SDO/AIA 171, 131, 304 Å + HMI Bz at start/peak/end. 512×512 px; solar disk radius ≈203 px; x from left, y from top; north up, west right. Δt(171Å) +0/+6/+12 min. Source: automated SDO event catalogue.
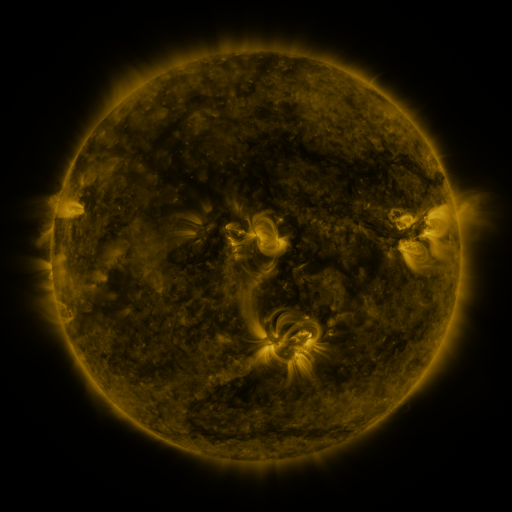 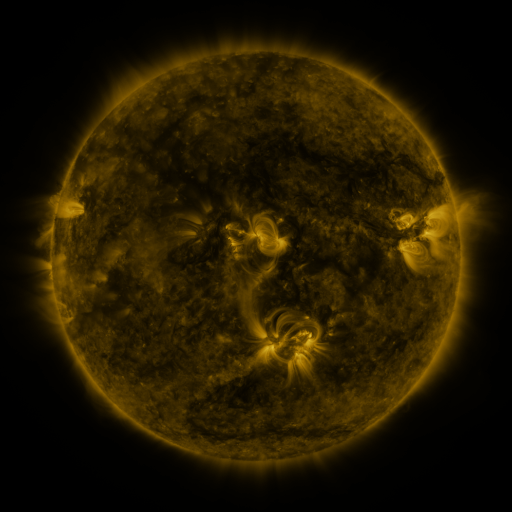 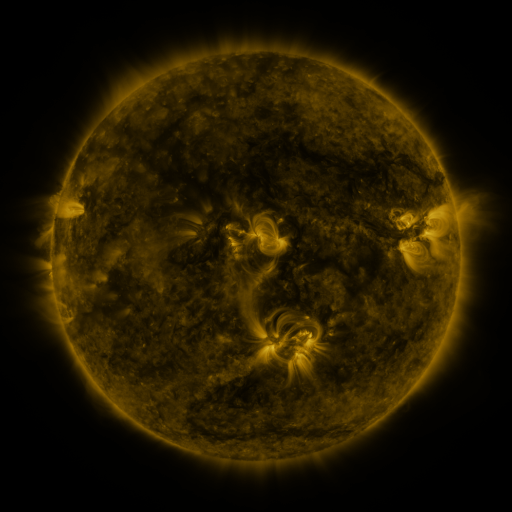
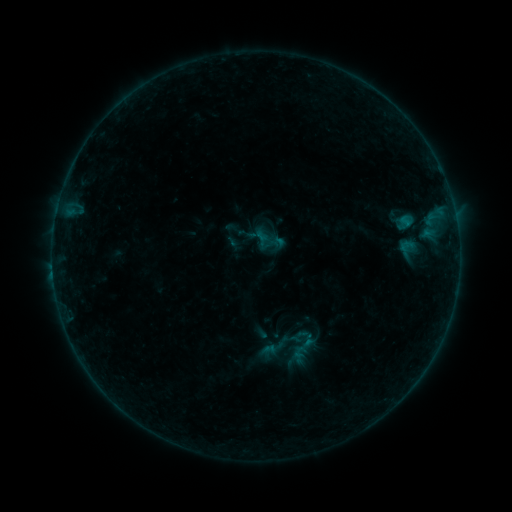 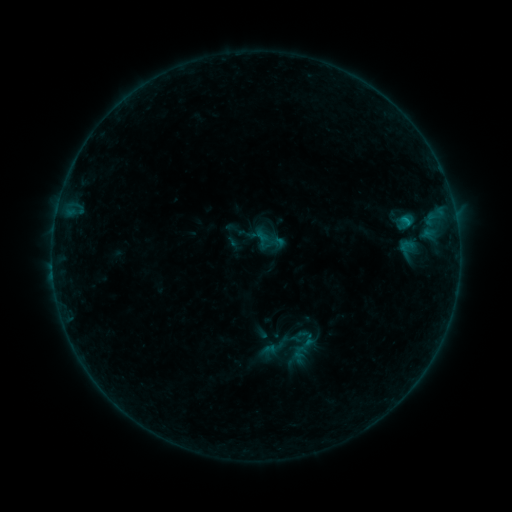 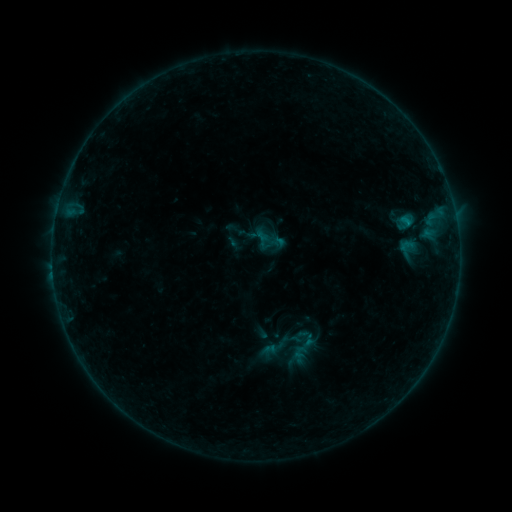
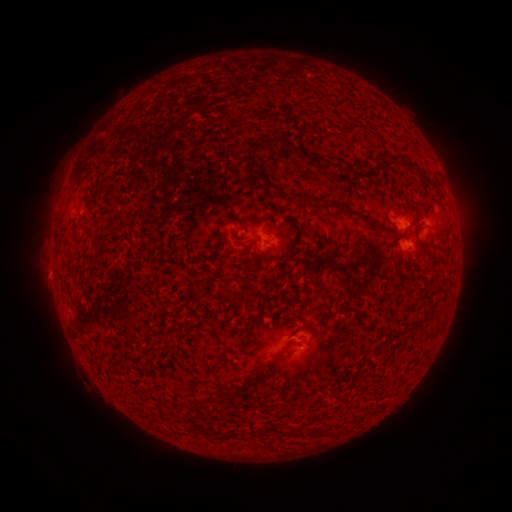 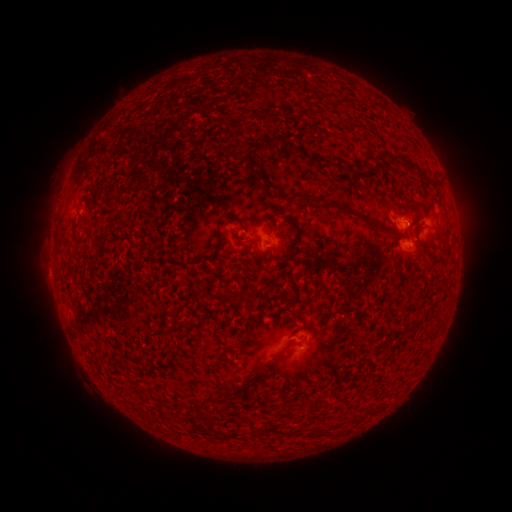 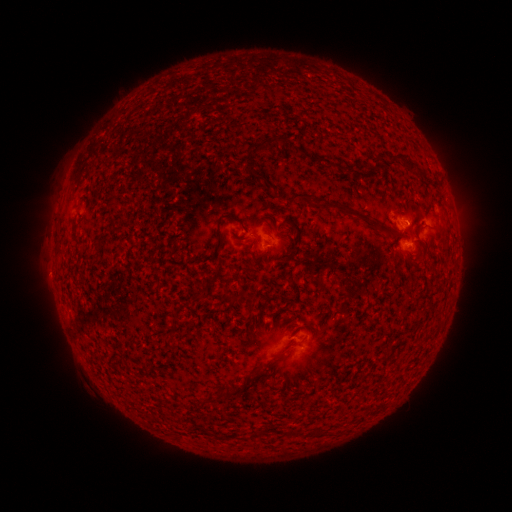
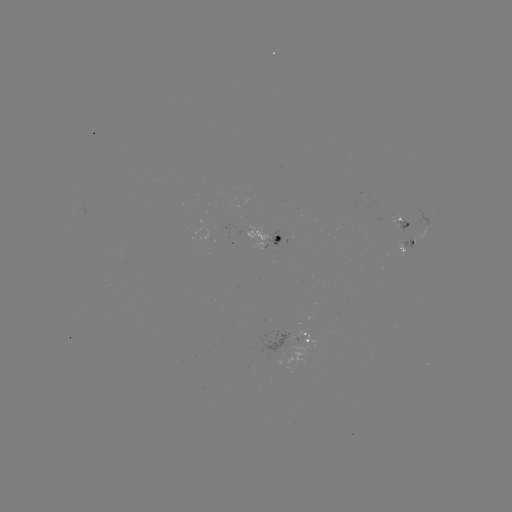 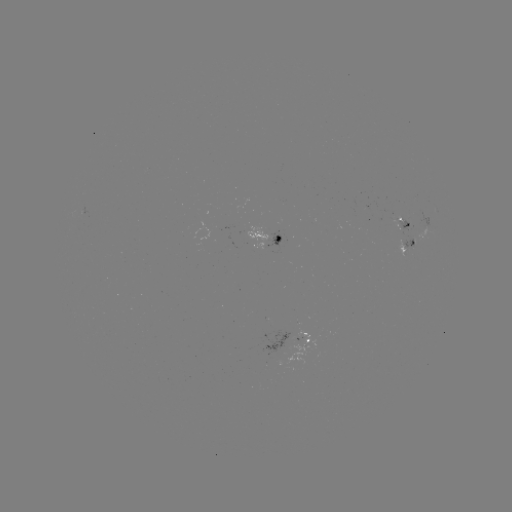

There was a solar flare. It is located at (405, 223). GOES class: B3.0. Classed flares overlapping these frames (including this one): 1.